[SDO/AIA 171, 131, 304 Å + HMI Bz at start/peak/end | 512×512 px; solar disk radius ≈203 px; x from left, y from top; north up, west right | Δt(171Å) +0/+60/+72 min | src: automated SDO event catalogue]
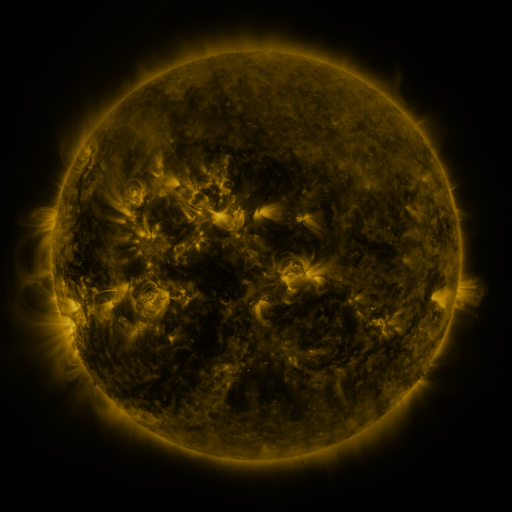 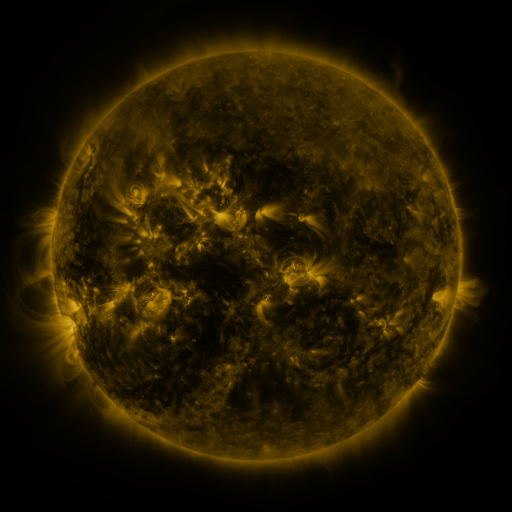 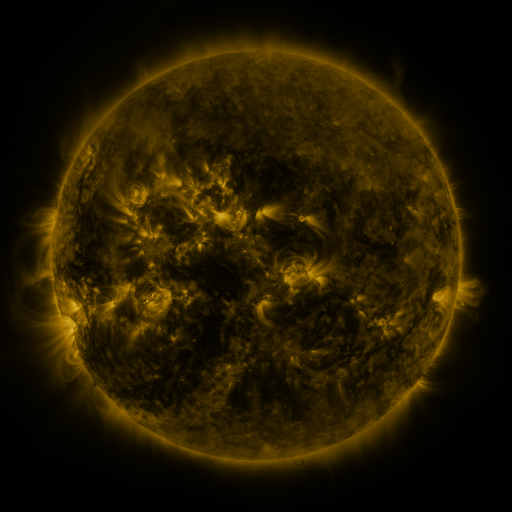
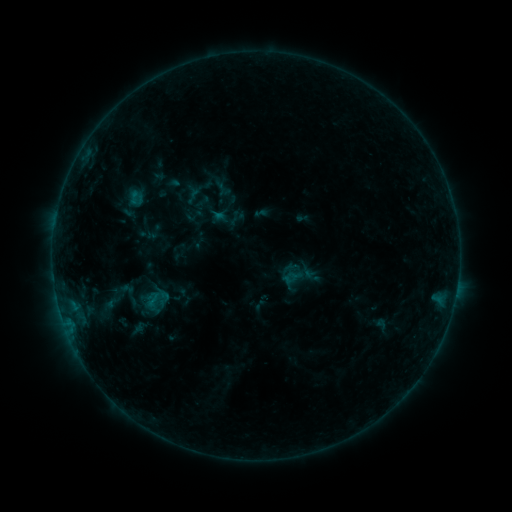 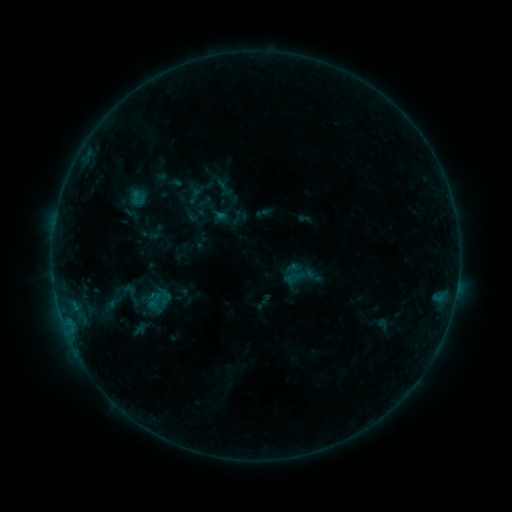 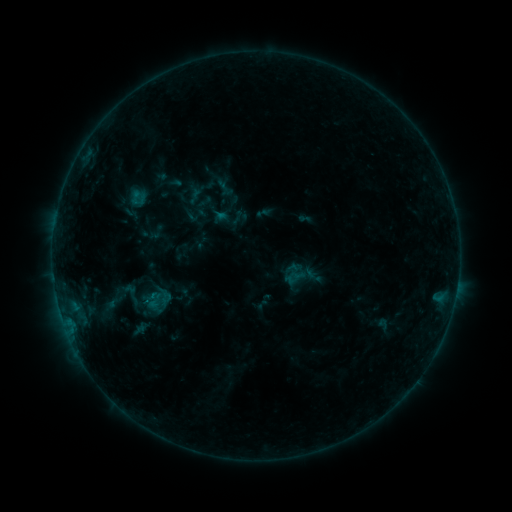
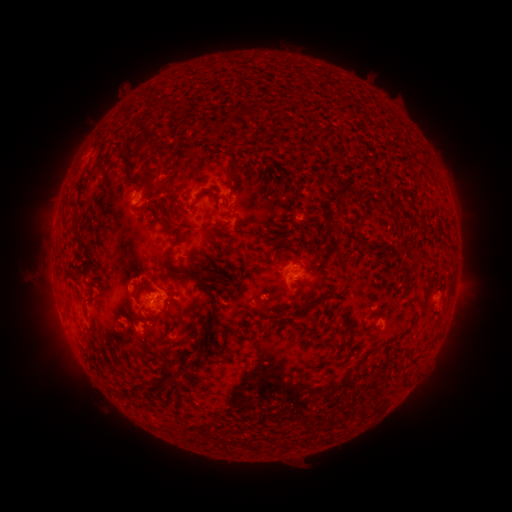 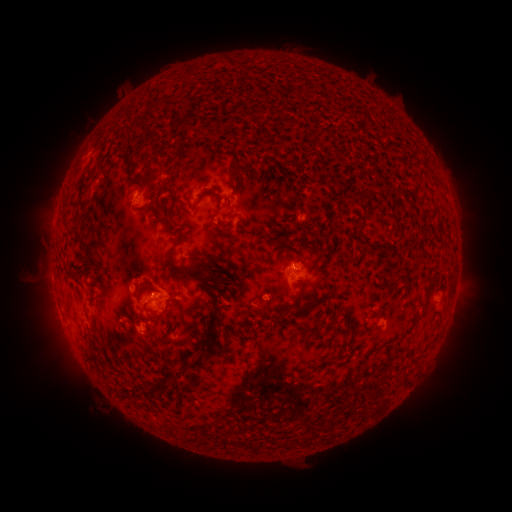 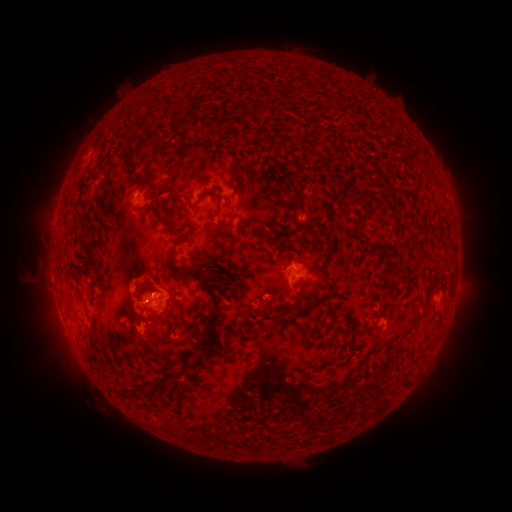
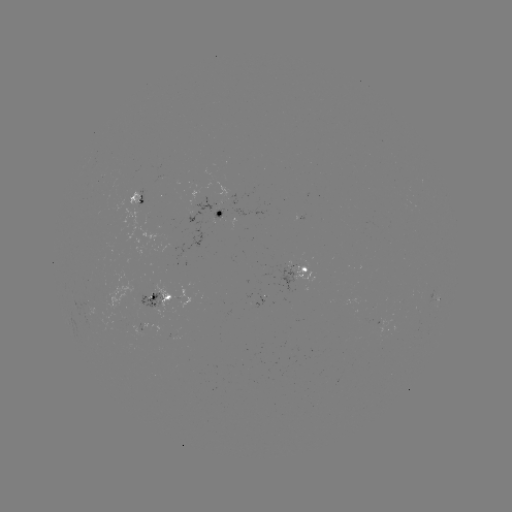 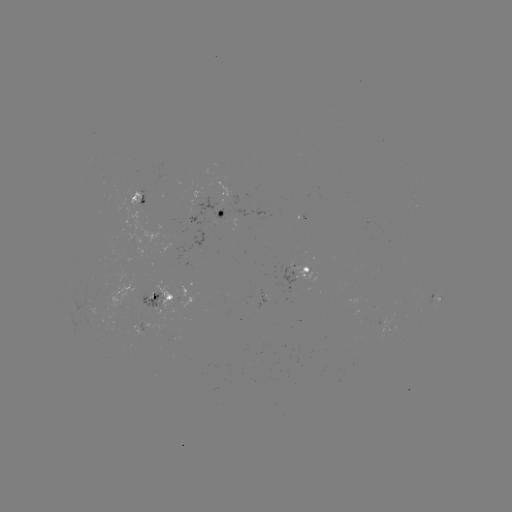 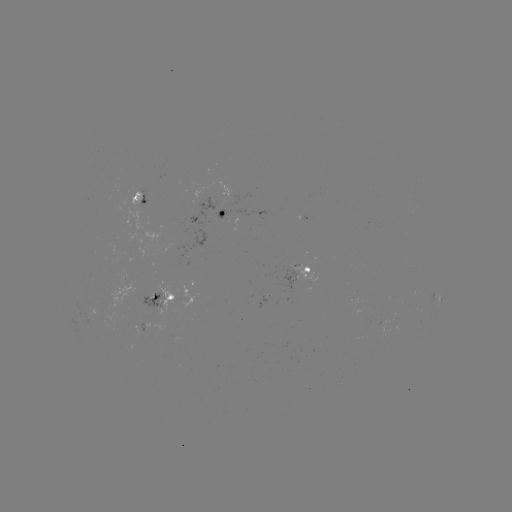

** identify emerging-flux region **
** (290, 271) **